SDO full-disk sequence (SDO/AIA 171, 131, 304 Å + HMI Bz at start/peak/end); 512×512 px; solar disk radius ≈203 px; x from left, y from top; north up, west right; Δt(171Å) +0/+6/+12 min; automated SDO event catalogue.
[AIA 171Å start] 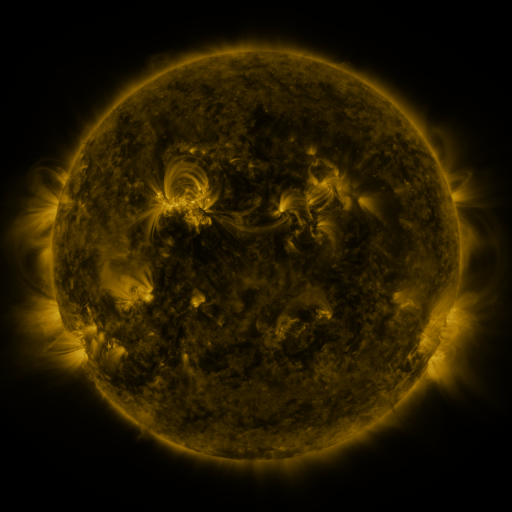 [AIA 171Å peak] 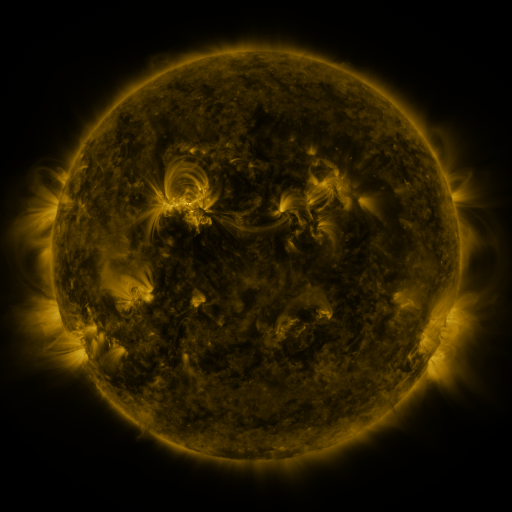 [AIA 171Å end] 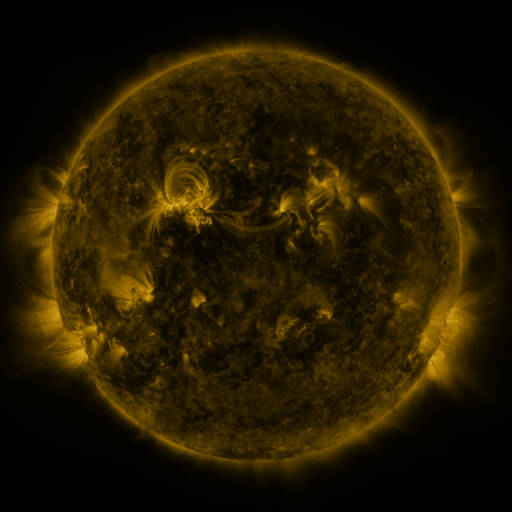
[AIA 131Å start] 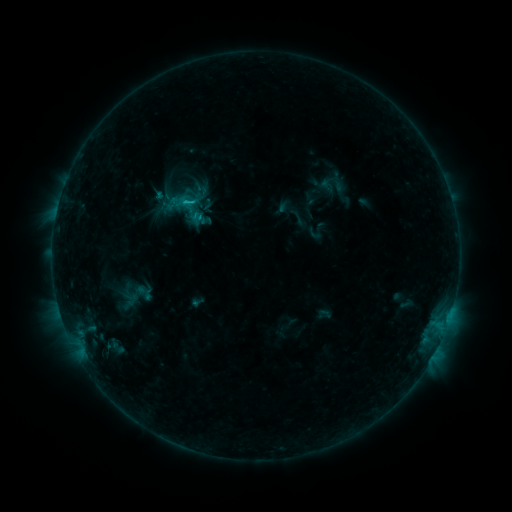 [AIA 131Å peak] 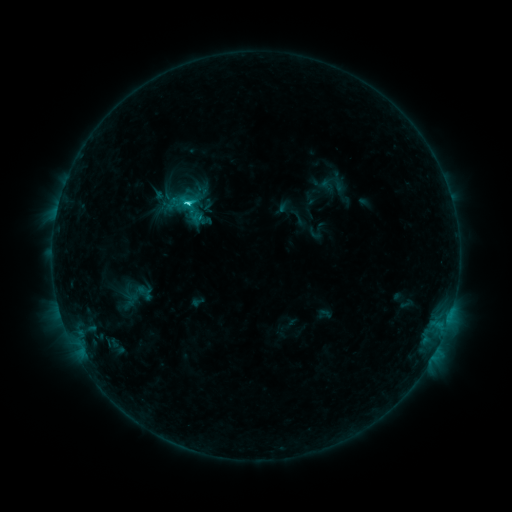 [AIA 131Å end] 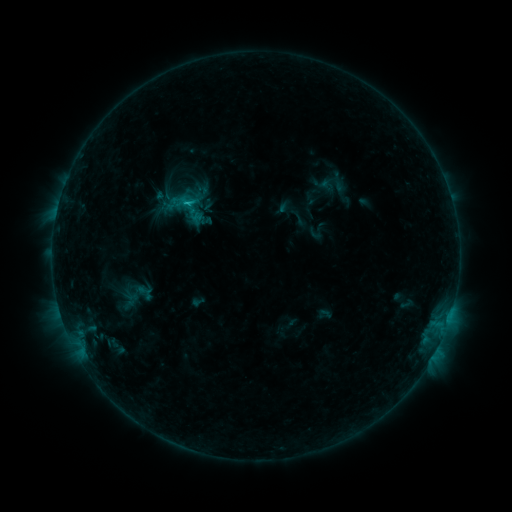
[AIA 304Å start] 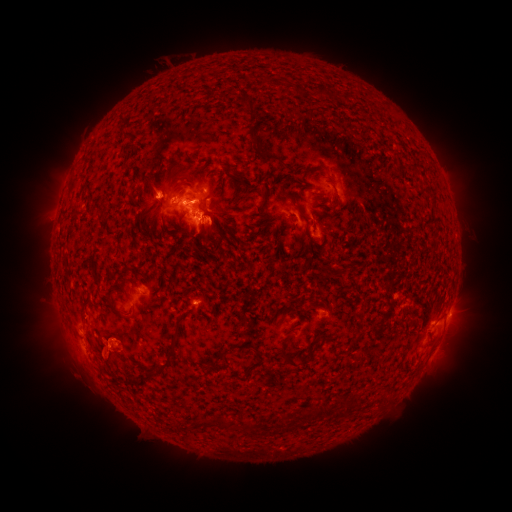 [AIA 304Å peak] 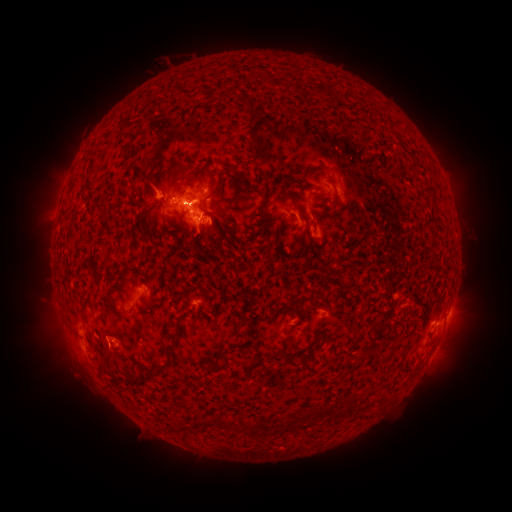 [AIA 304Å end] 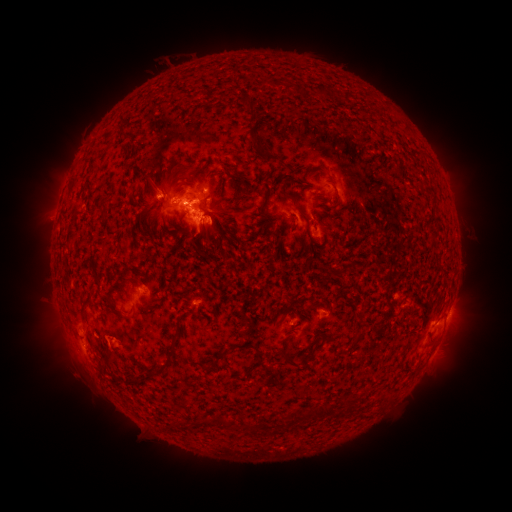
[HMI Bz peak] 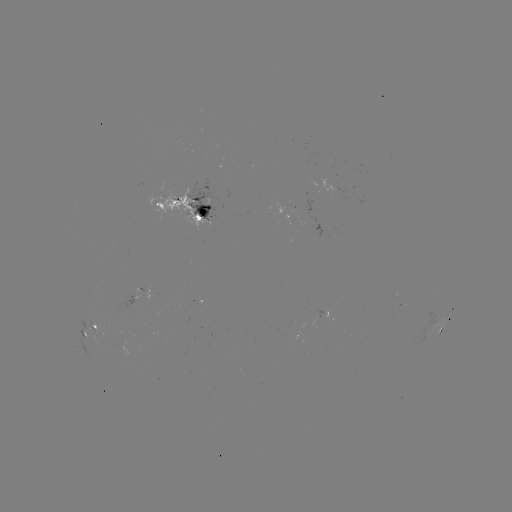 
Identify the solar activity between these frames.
C1.9 flare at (187, 206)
